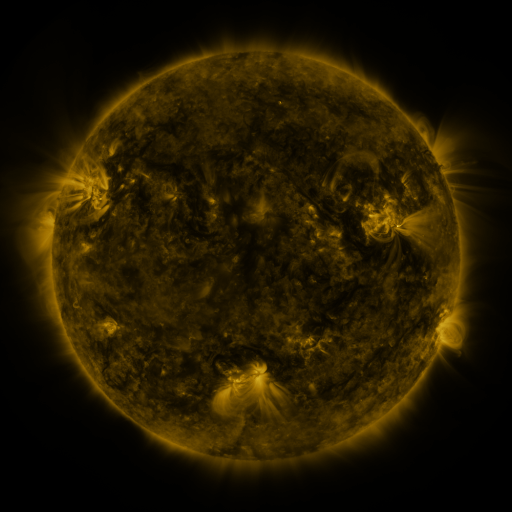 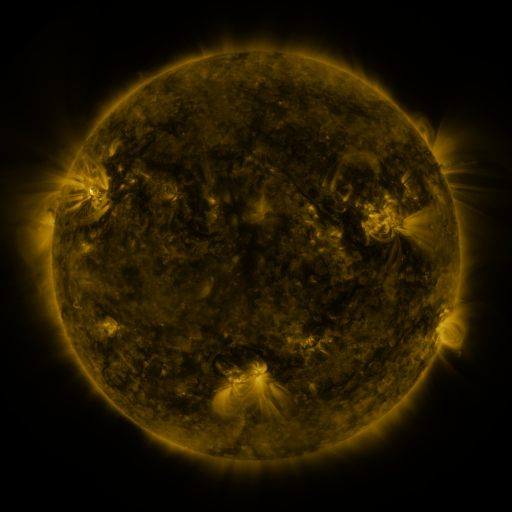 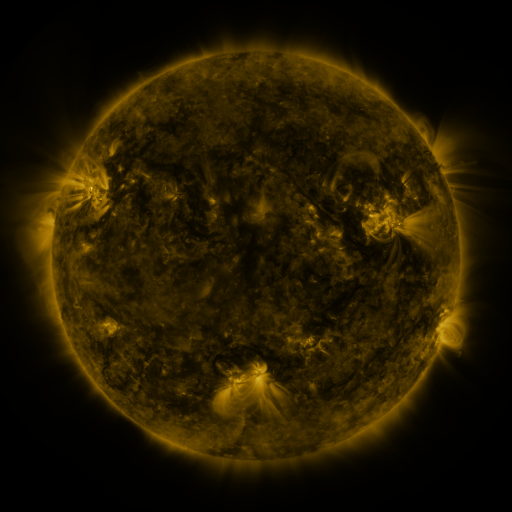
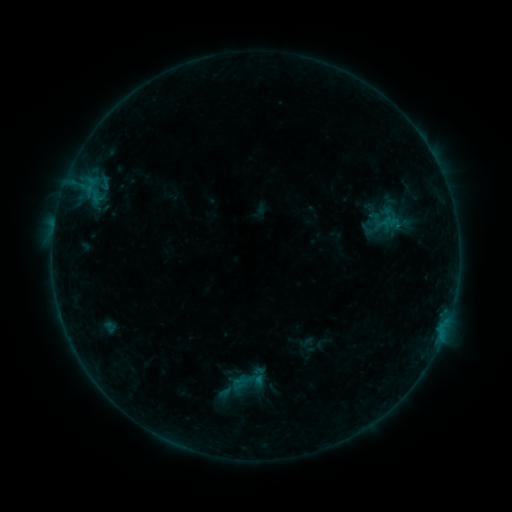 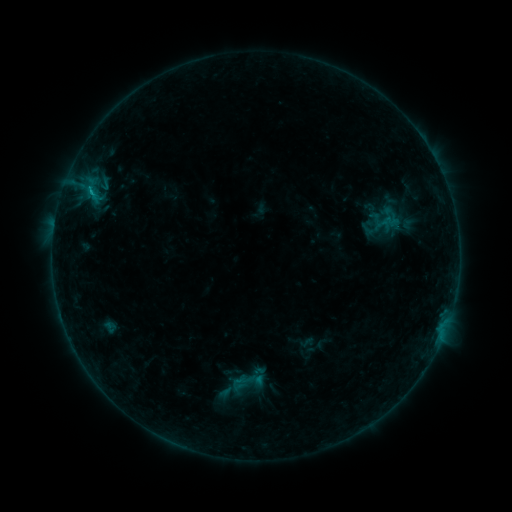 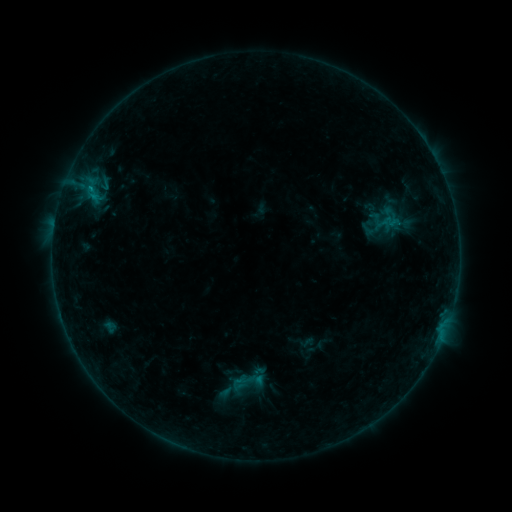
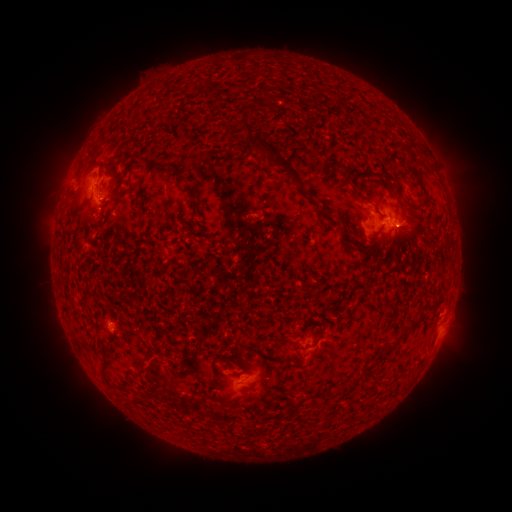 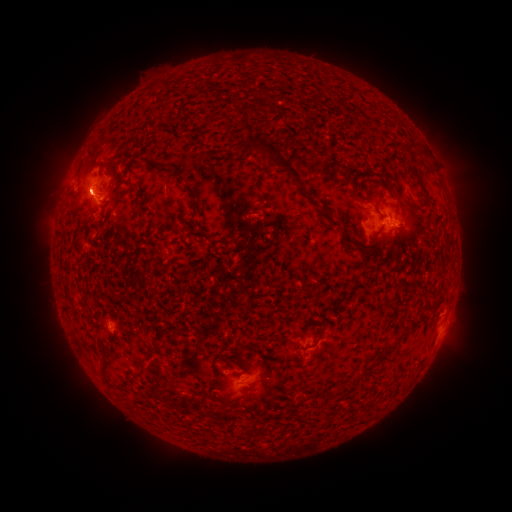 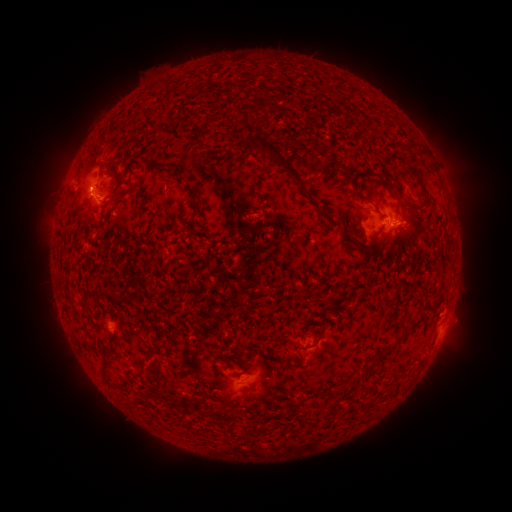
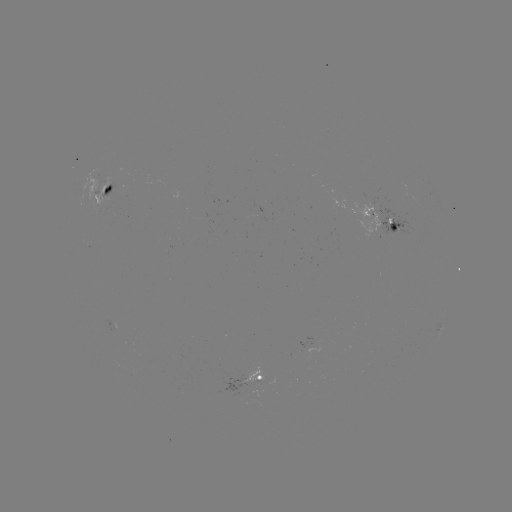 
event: eruption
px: (83, 192)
